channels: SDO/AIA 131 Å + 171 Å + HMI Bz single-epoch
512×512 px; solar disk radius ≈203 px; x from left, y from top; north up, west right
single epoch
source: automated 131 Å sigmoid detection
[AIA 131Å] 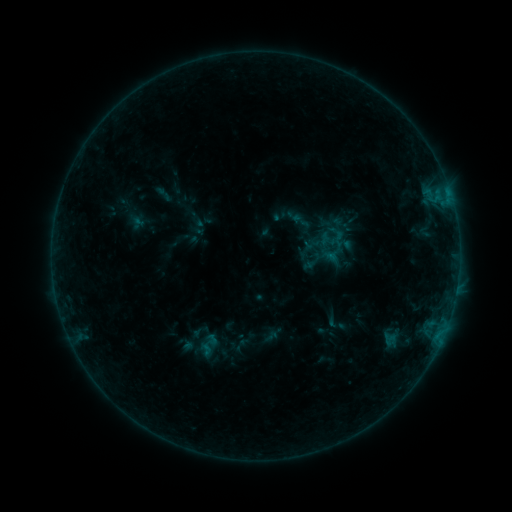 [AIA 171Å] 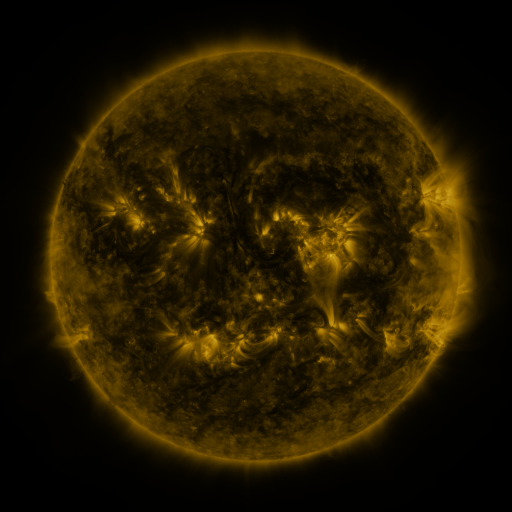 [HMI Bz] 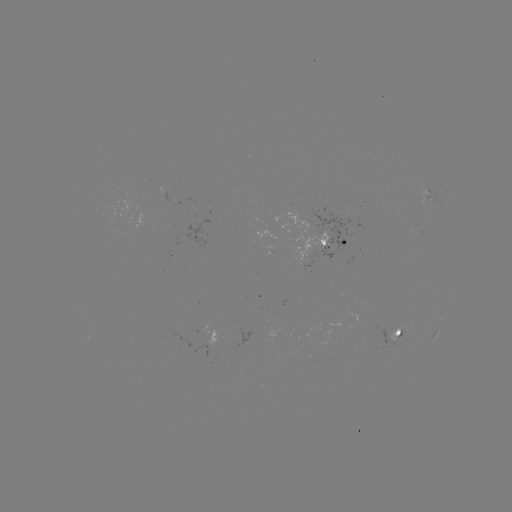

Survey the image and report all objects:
sigmoid: (301, 220)
